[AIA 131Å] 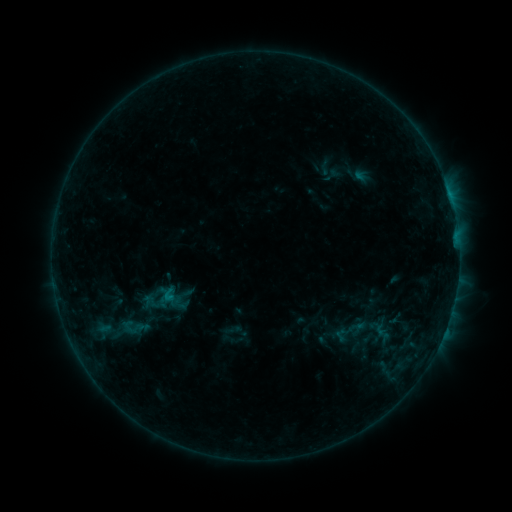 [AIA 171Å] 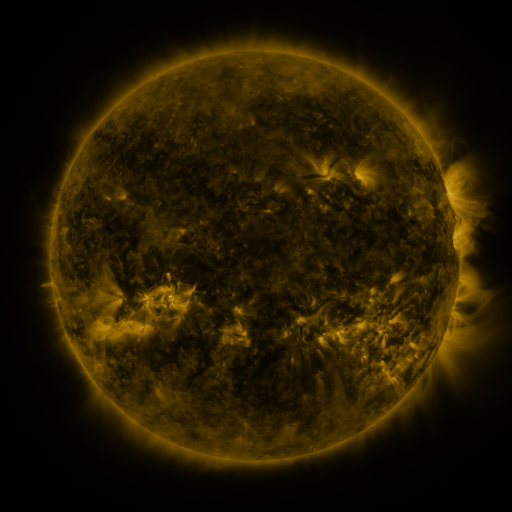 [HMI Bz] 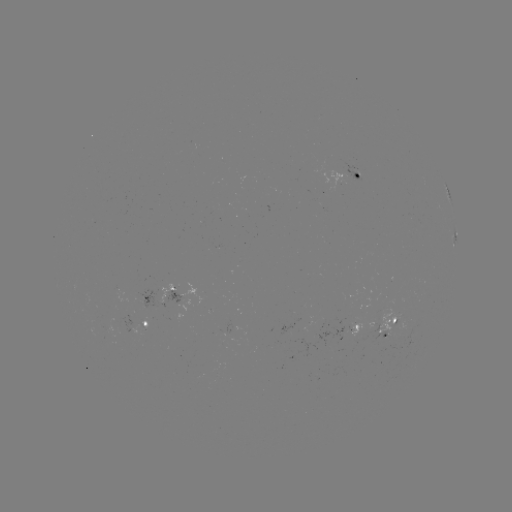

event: sigmoid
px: (132, 327)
